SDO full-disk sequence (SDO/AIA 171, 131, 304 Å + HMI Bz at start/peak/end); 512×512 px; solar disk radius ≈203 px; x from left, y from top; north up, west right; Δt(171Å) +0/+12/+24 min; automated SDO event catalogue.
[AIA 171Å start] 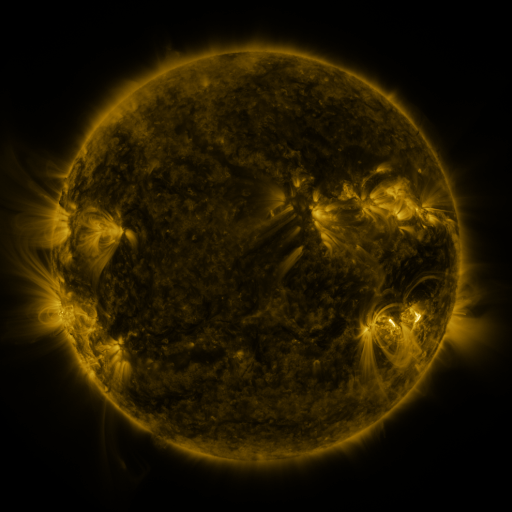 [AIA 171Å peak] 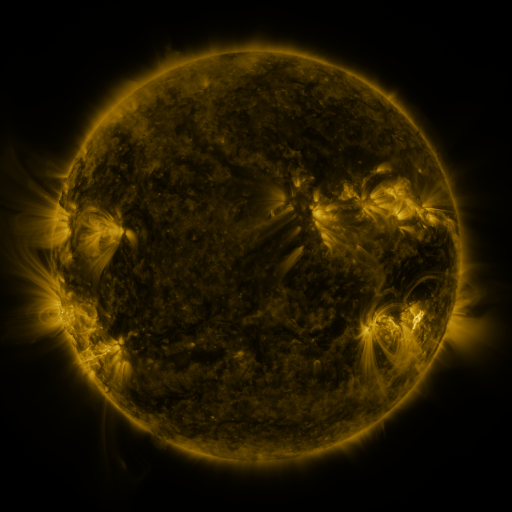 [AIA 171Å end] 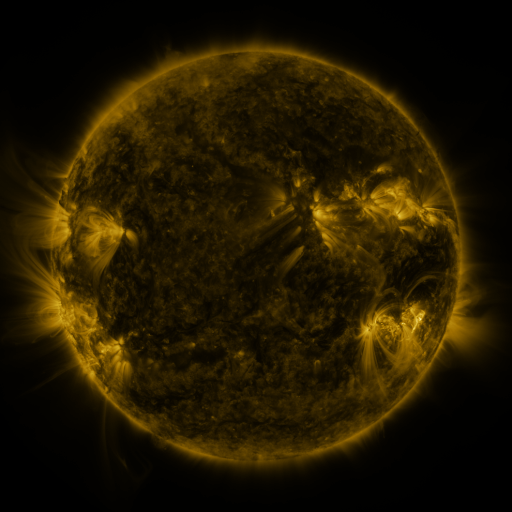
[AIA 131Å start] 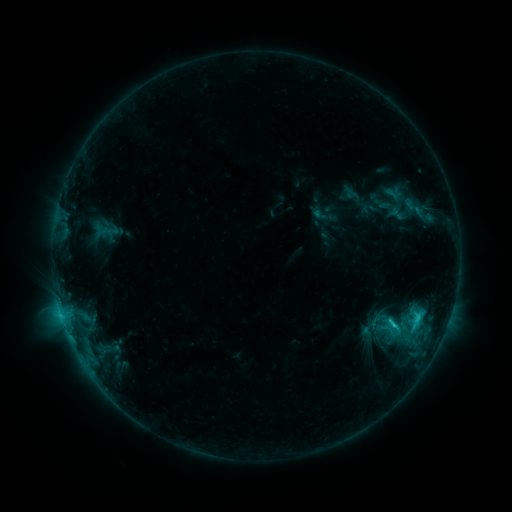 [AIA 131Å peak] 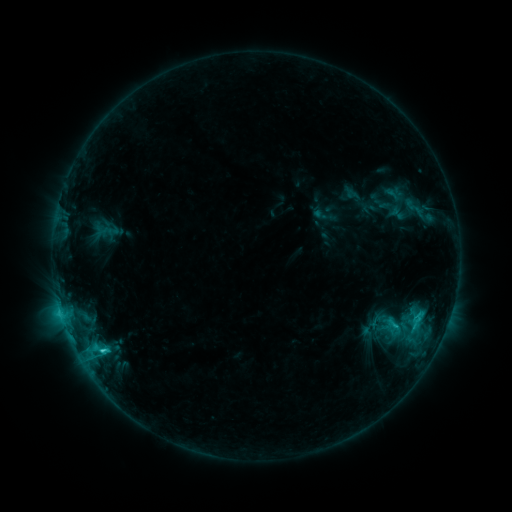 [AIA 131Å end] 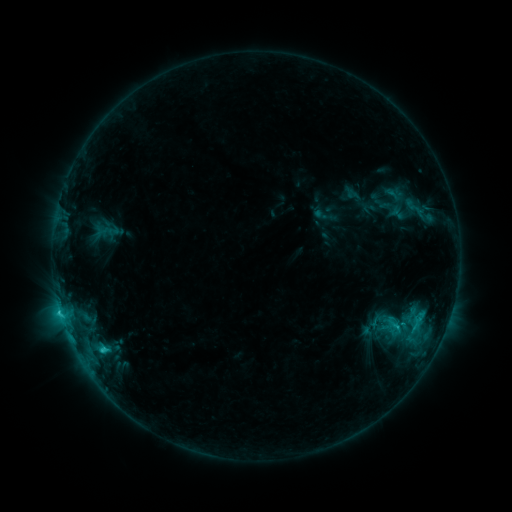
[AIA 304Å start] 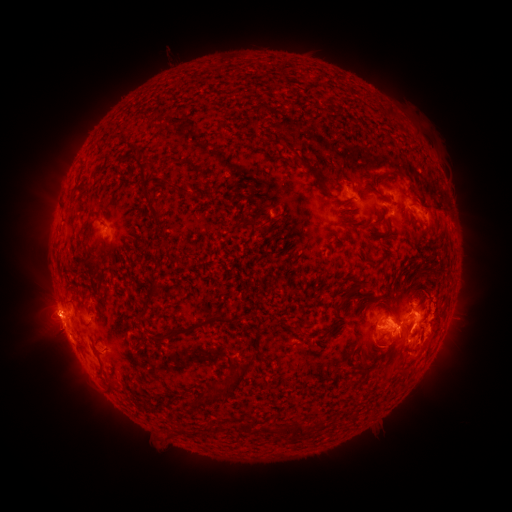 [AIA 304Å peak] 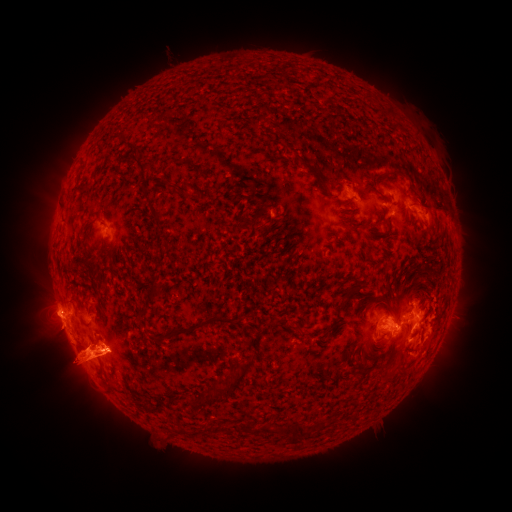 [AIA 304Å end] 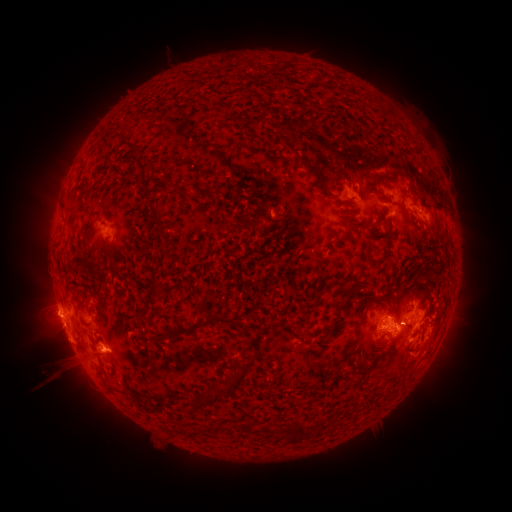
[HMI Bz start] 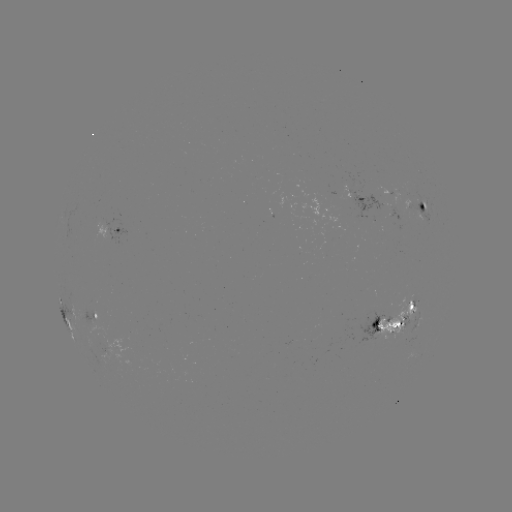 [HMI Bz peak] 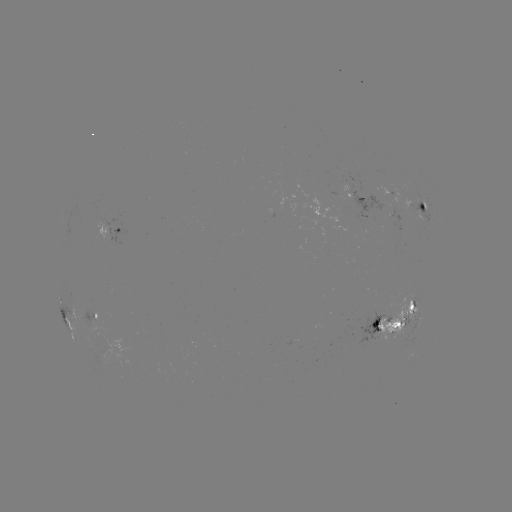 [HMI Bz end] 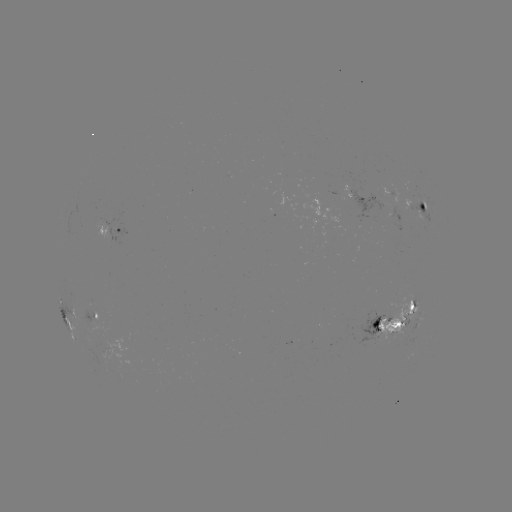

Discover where eruption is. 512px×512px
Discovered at (76, 360).